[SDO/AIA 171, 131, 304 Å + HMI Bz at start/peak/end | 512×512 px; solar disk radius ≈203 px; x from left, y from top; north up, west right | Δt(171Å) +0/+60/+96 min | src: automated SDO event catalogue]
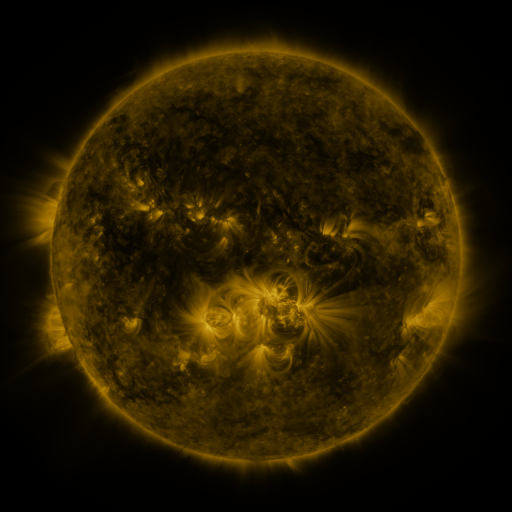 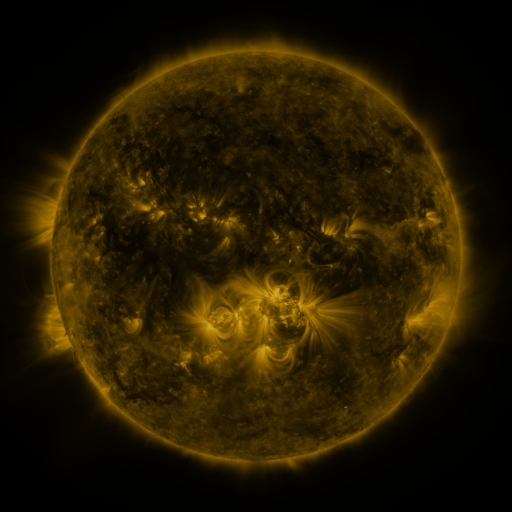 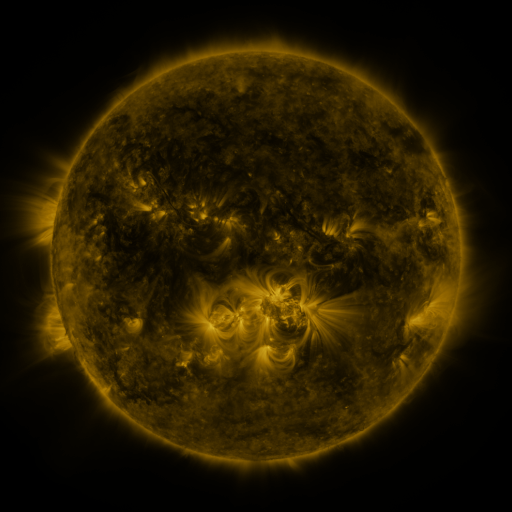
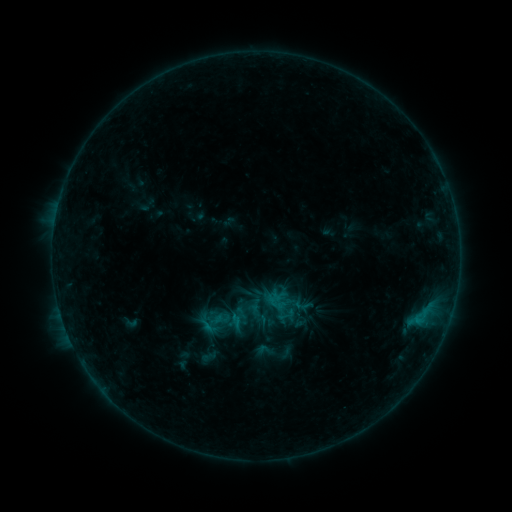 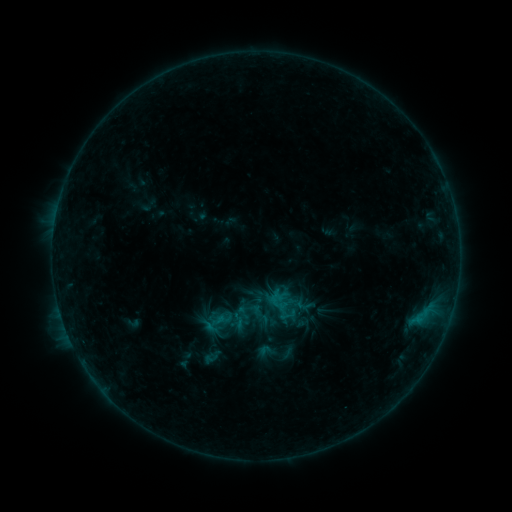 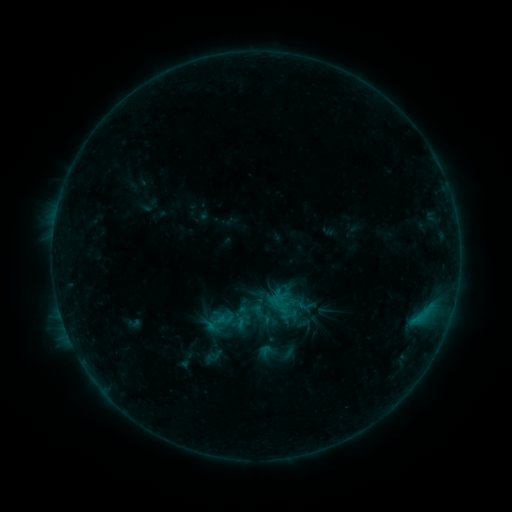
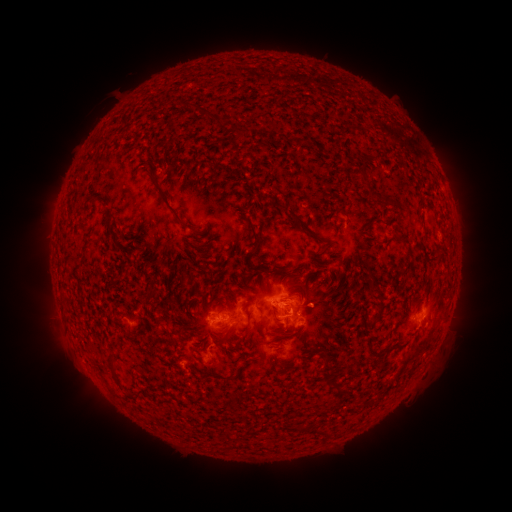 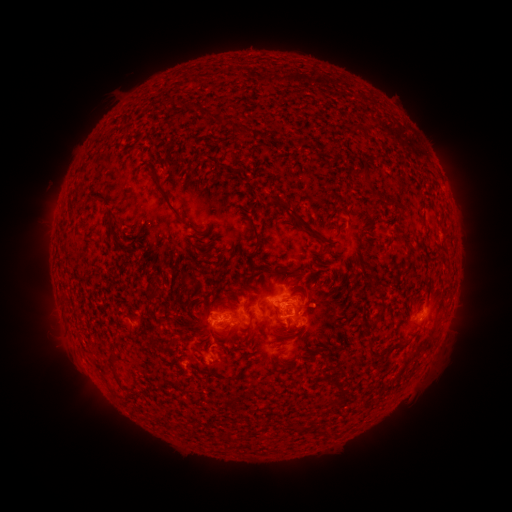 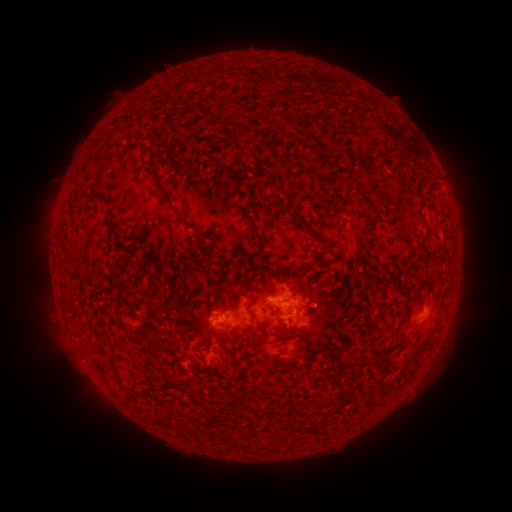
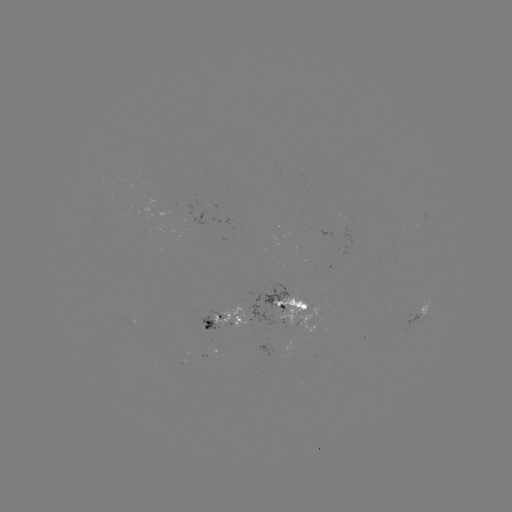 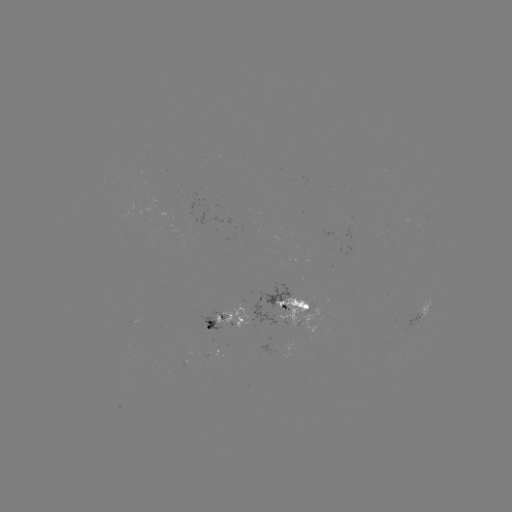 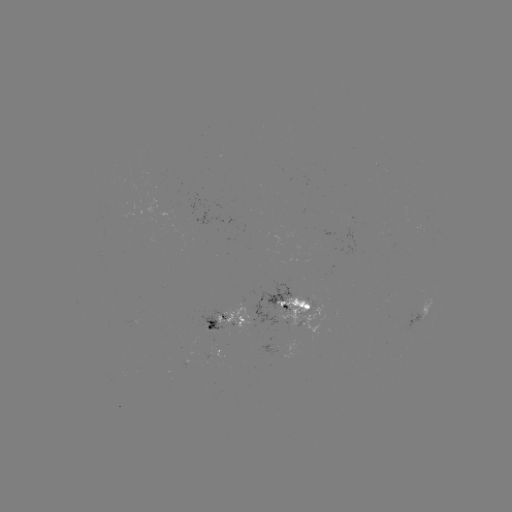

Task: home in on emerging-flux region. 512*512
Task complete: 192,223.